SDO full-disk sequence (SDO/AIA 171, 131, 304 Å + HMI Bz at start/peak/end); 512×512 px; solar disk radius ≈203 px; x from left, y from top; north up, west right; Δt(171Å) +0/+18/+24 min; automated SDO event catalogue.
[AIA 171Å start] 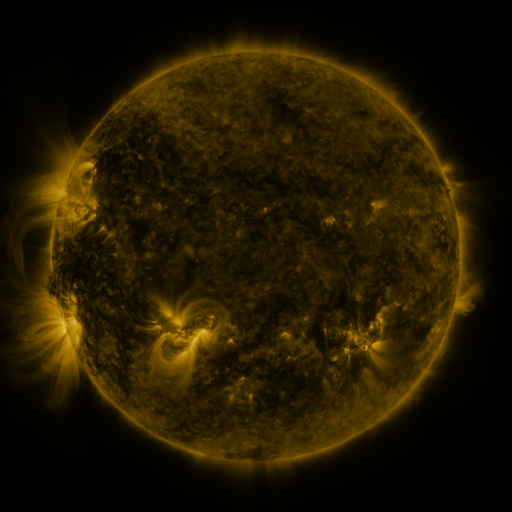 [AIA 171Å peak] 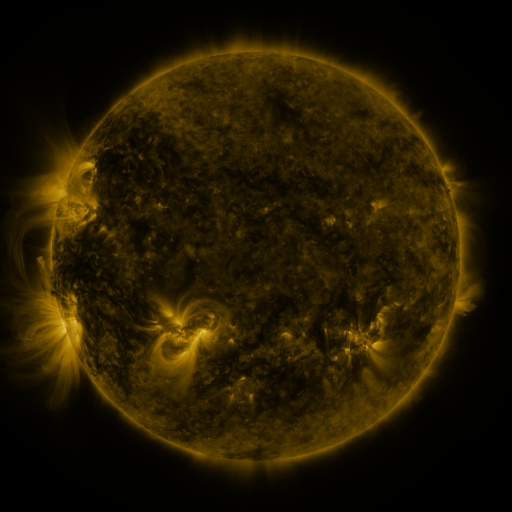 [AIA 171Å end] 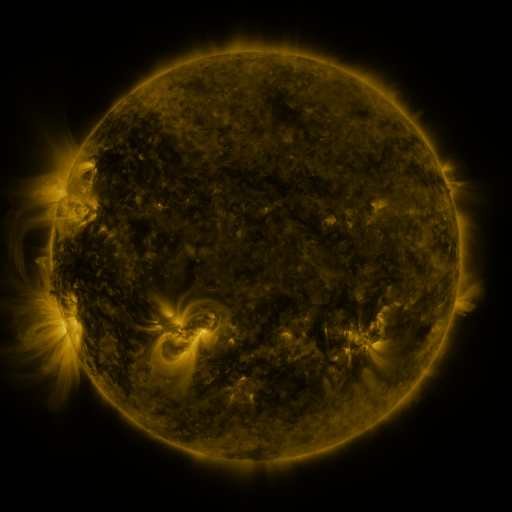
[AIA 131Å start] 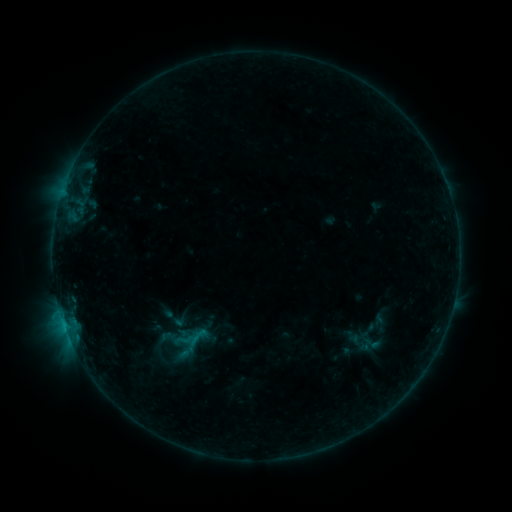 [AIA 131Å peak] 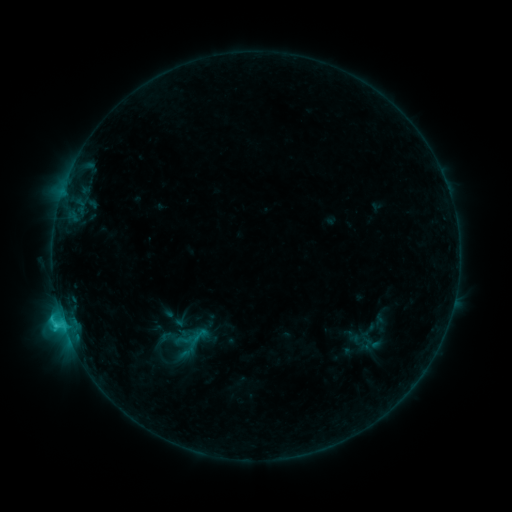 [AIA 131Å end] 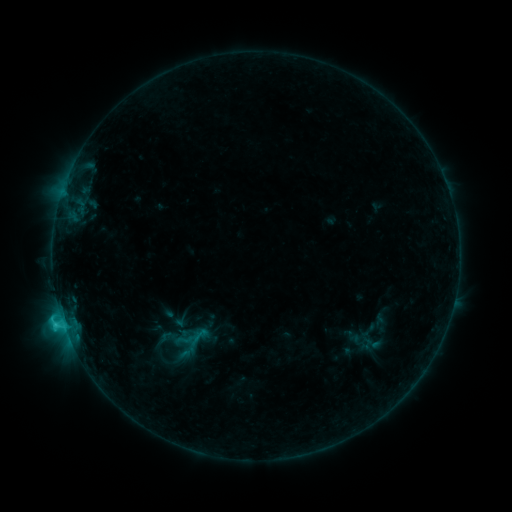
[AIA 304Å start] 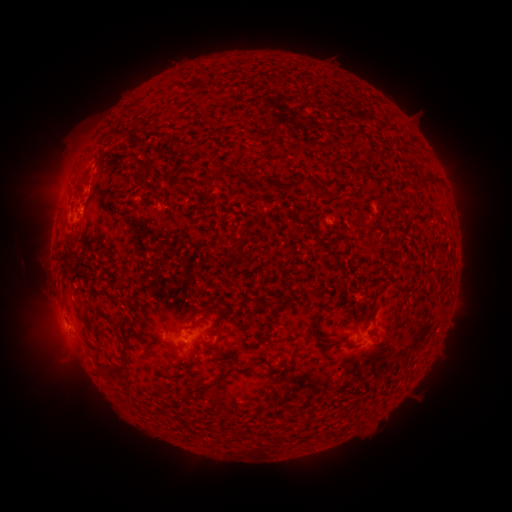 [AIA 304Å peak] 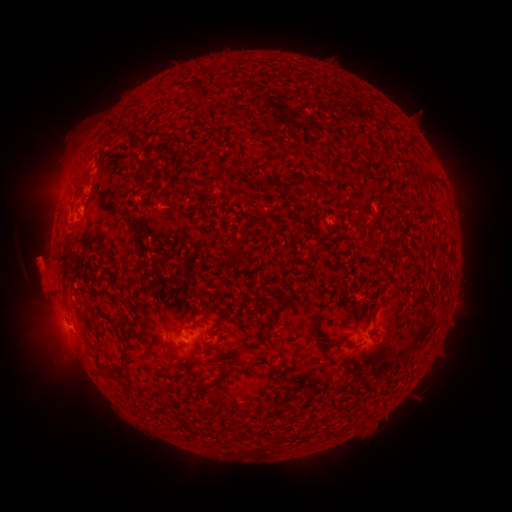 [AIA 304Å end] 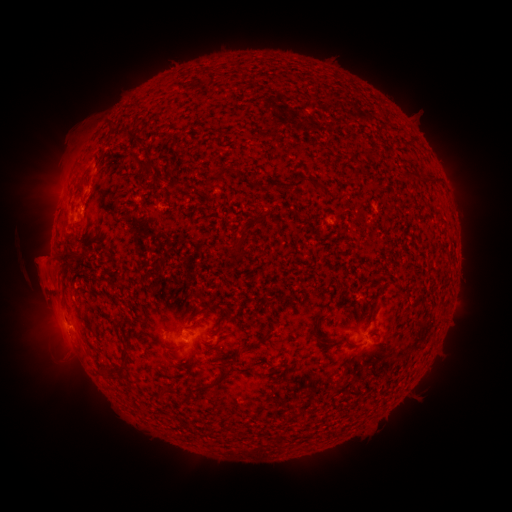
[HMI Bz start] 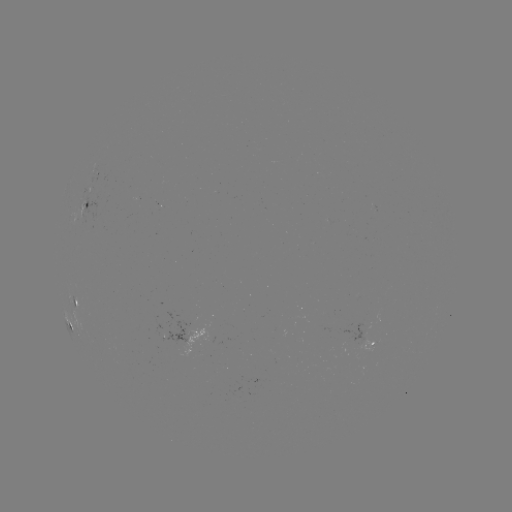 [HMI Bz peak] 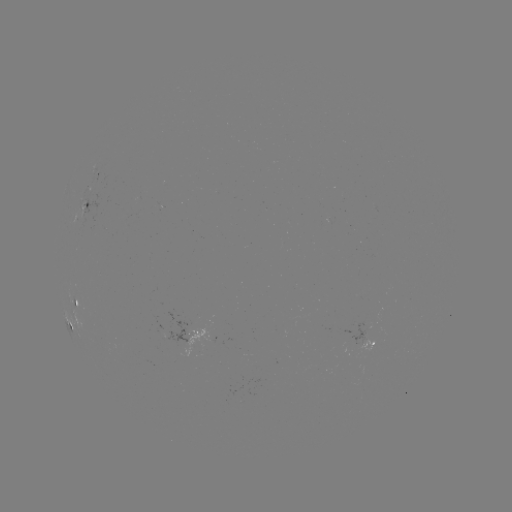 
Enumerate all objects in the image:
C1.6 flare: (64, 322)
